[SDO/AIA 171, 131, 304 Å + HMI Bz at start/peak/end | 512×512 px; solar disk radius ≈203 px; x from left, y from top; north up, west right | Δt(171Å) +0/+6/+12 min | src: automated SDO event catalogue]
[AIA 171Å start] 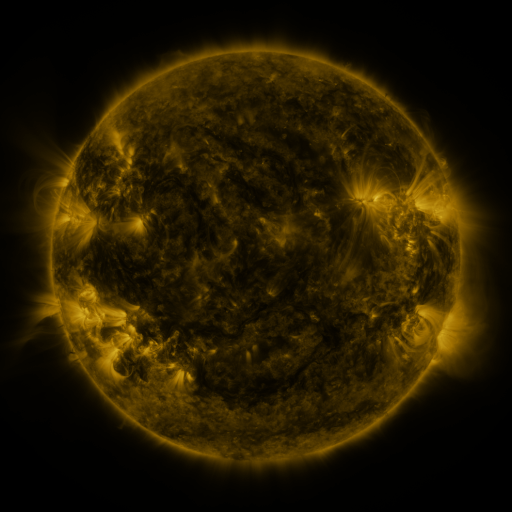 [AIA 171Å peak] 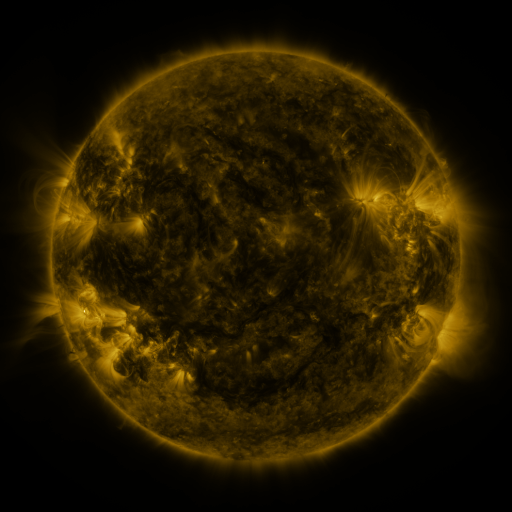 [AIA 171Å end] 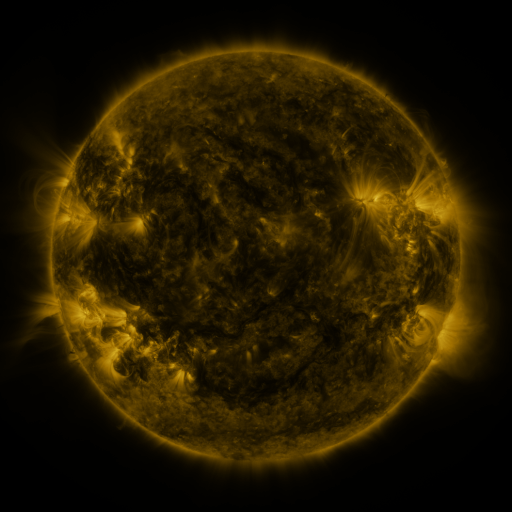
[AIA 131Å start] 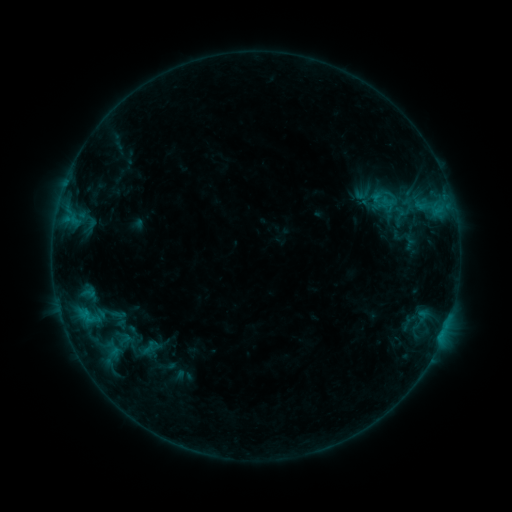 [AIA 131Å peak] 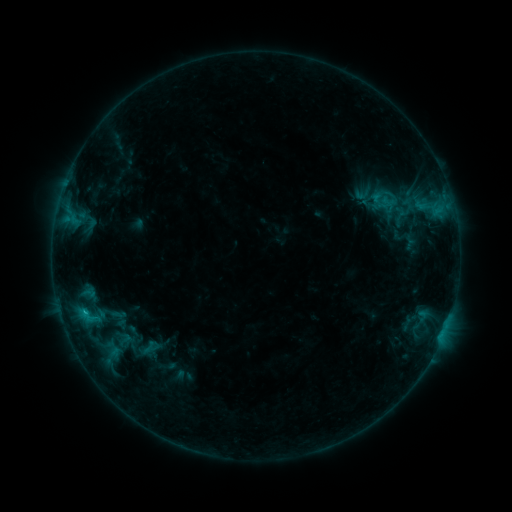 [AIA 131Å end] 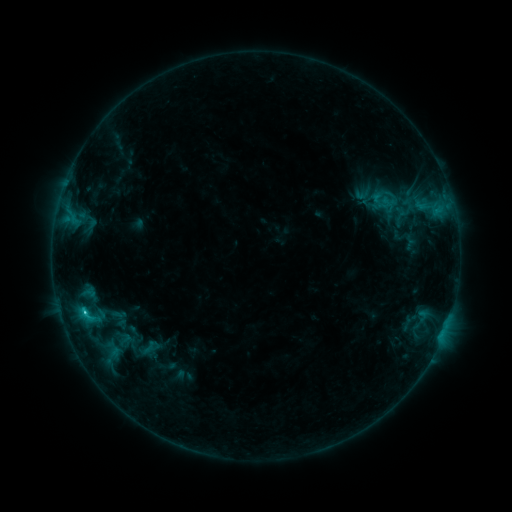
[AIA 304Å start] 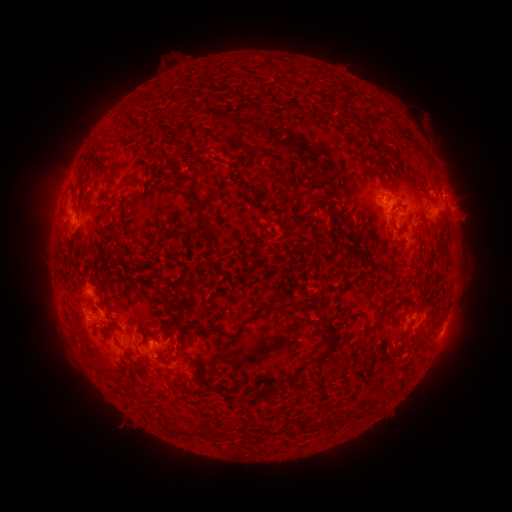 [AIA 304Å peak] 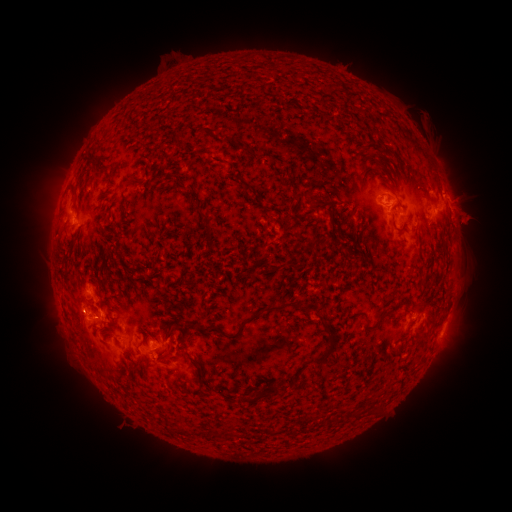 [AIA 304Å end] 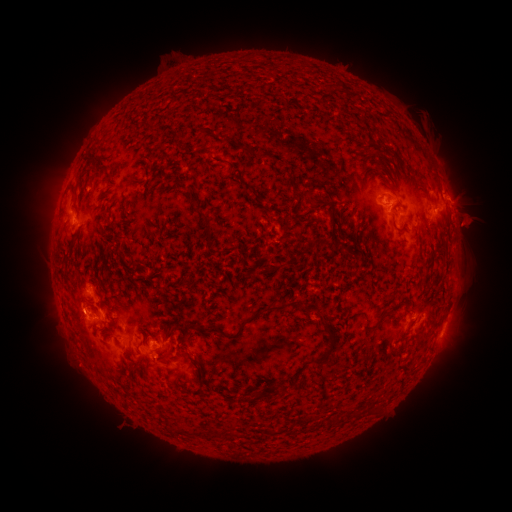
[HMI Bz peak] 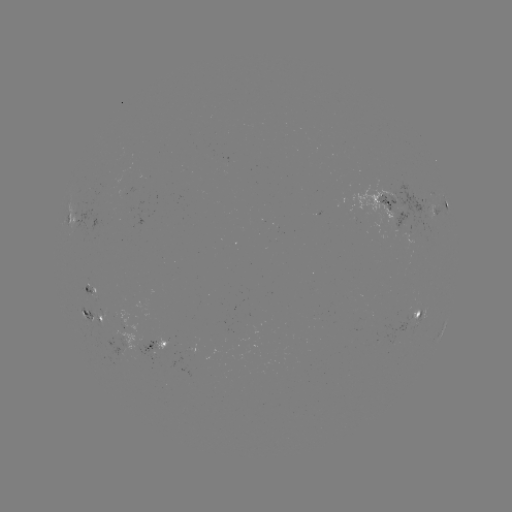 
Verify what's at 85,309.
C1.3 flare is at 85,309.